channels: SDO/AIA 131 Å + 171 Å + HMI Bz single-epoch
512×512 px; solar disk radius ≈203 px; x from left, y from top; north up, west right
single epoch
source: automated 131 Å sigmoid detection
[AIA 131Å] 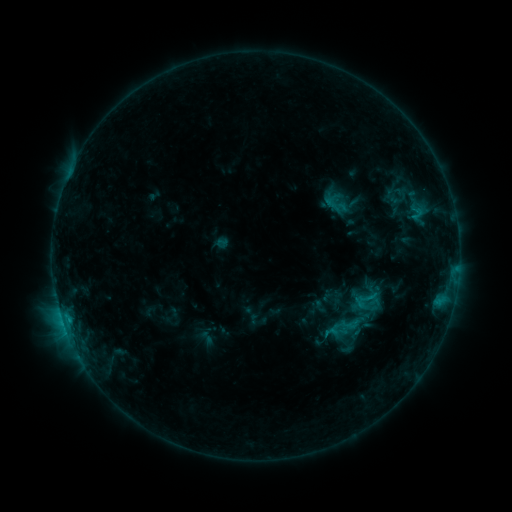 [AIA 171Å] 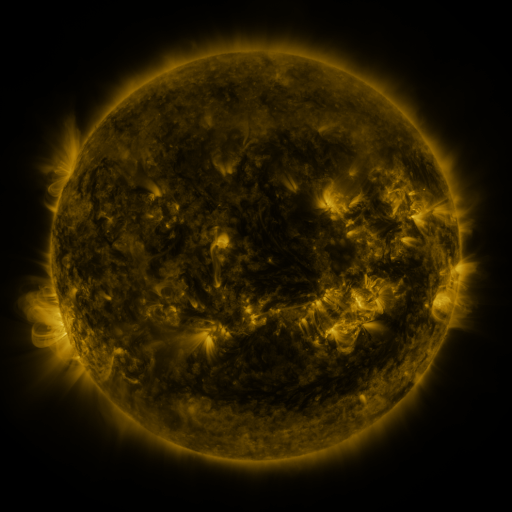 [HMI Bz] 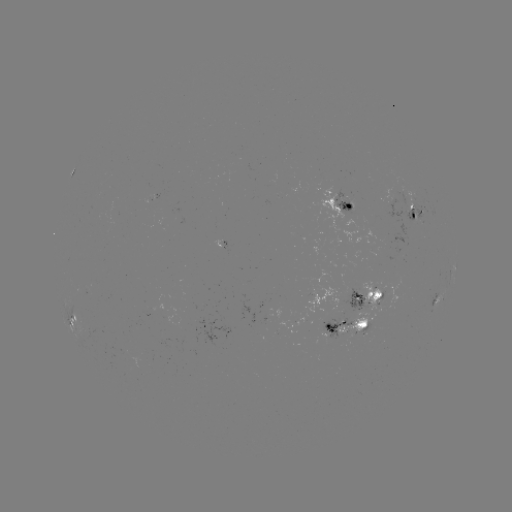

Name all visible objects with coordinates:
sigmoid: (366, 300)
